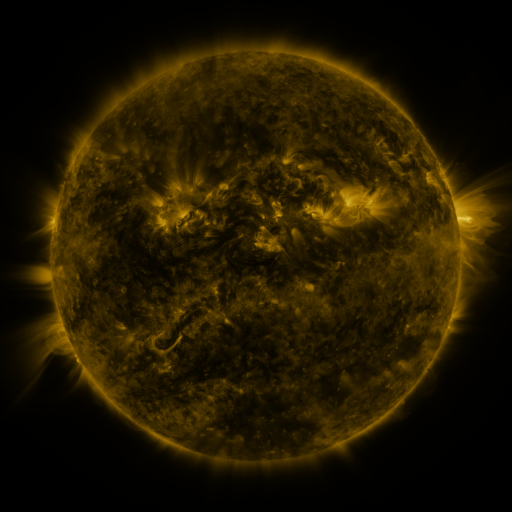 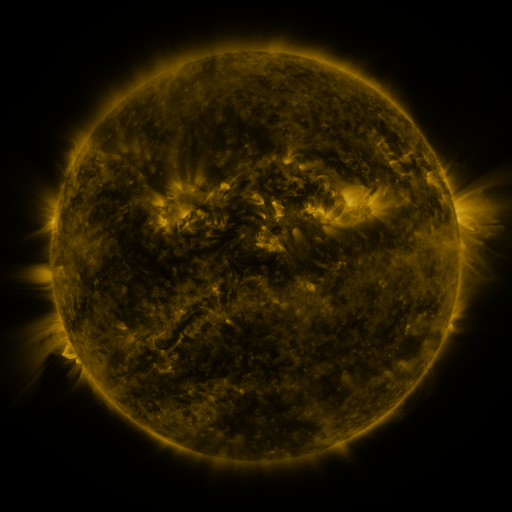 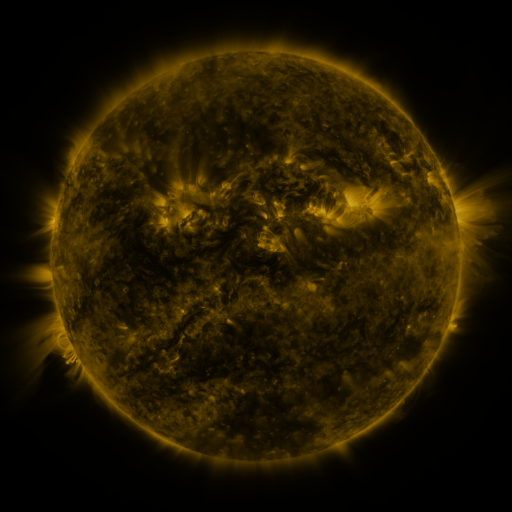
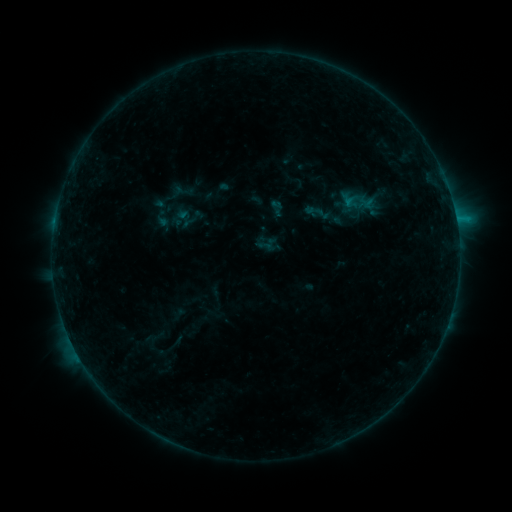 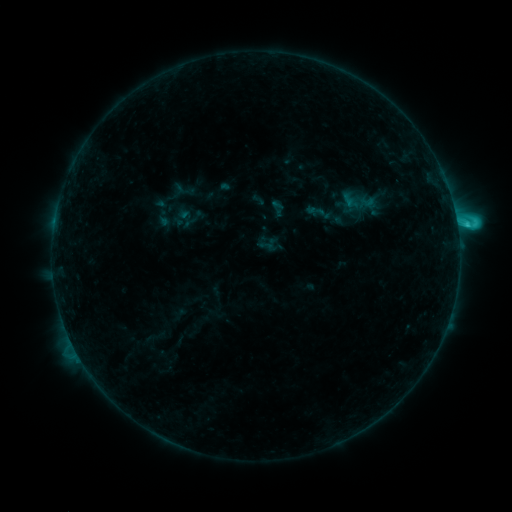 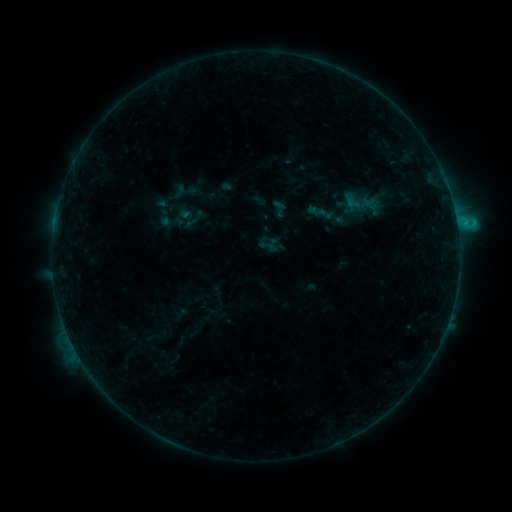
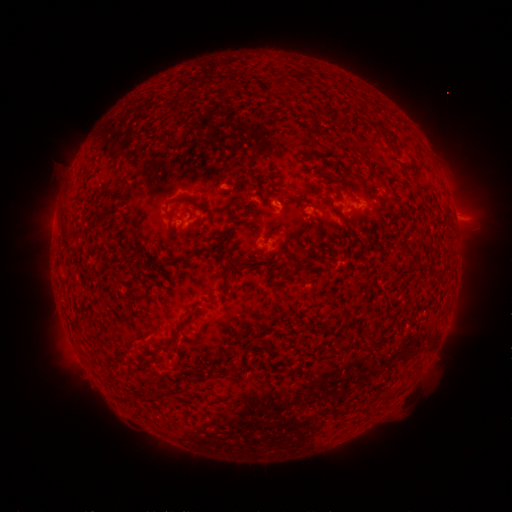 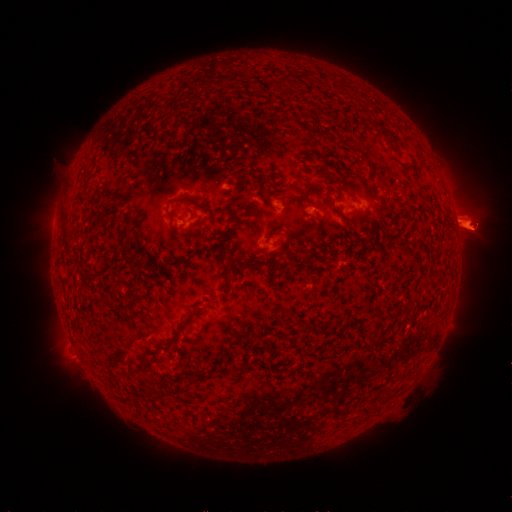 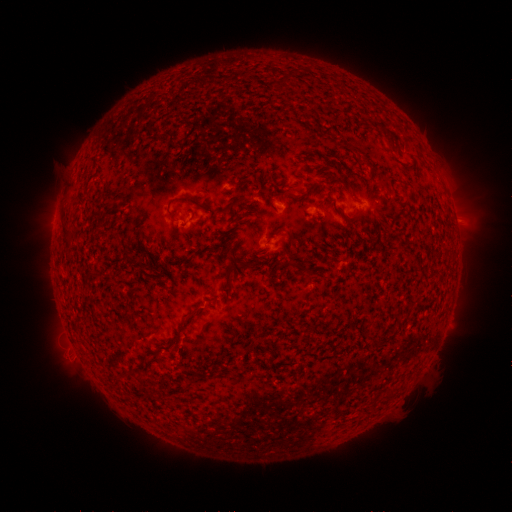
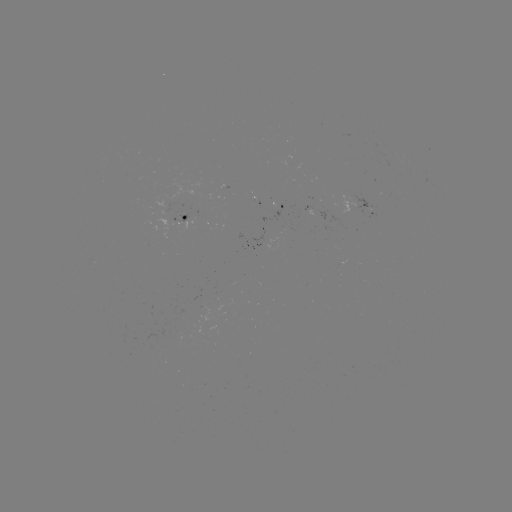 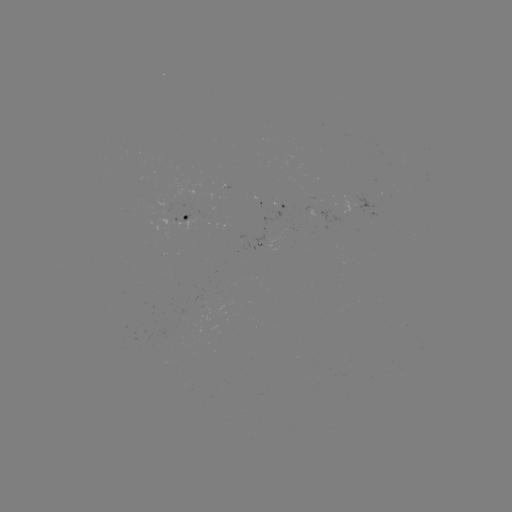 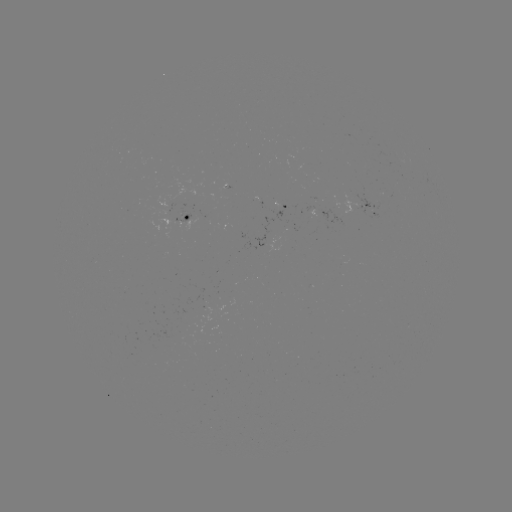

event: flare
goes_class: C2.1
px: (457, 227)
